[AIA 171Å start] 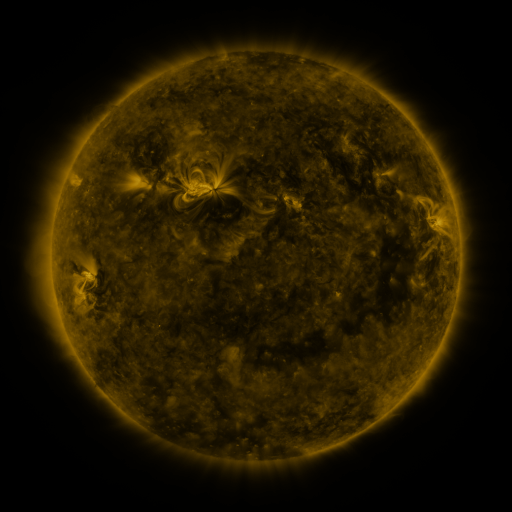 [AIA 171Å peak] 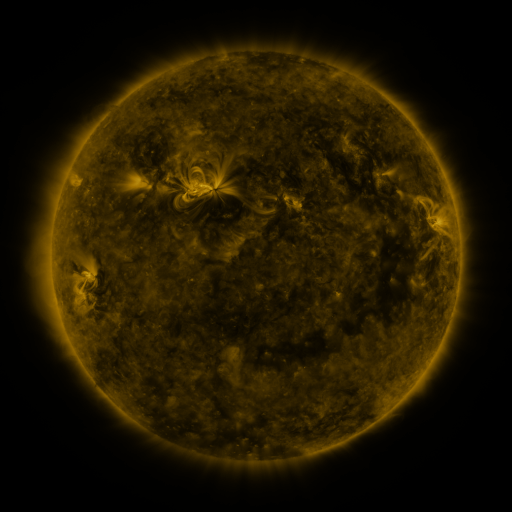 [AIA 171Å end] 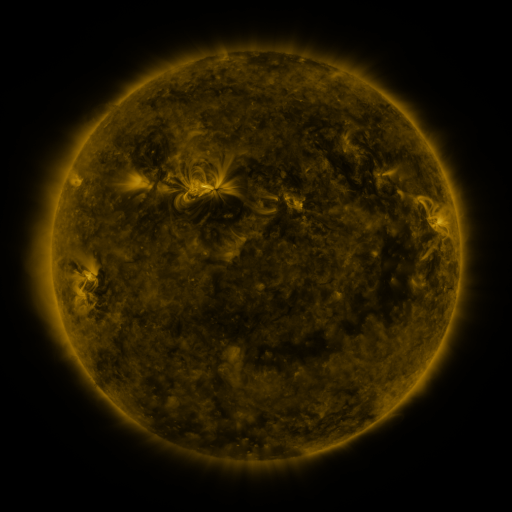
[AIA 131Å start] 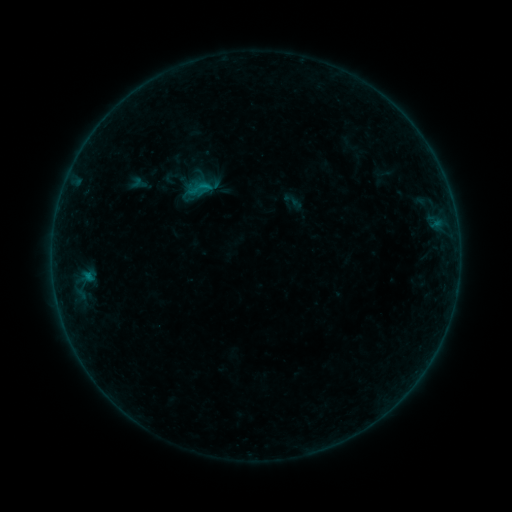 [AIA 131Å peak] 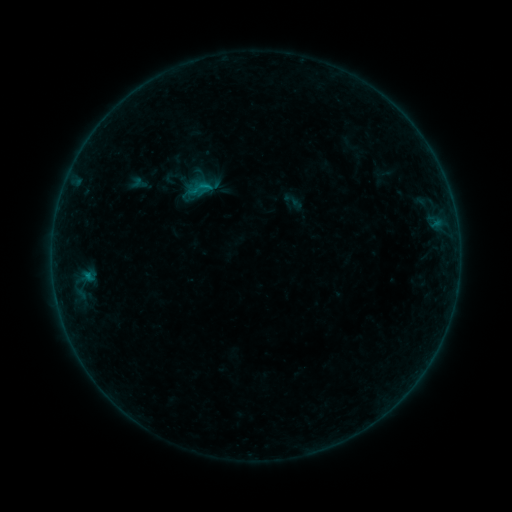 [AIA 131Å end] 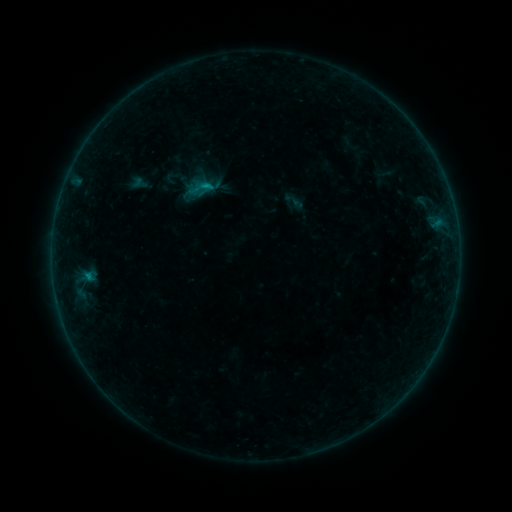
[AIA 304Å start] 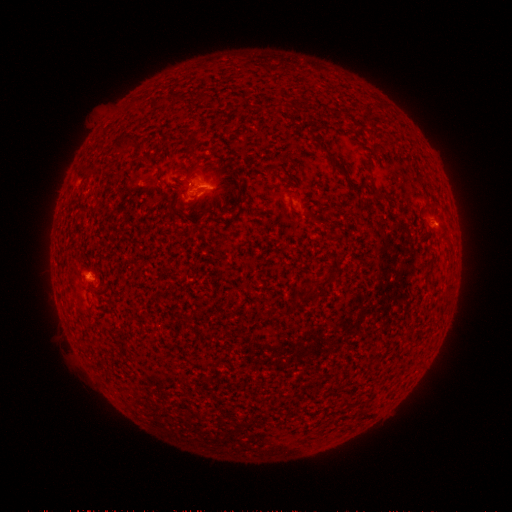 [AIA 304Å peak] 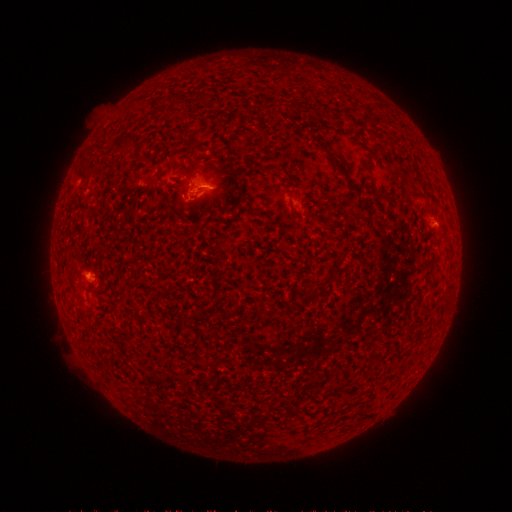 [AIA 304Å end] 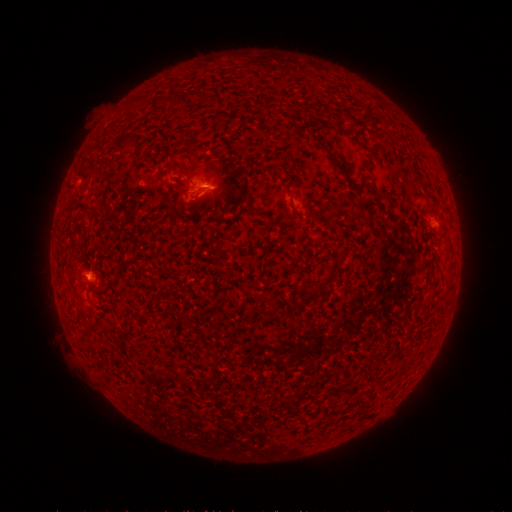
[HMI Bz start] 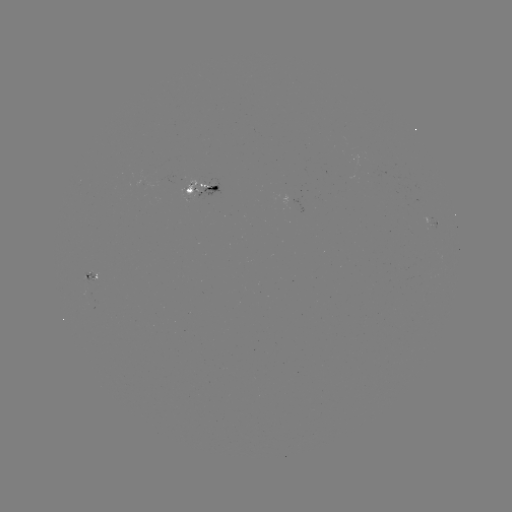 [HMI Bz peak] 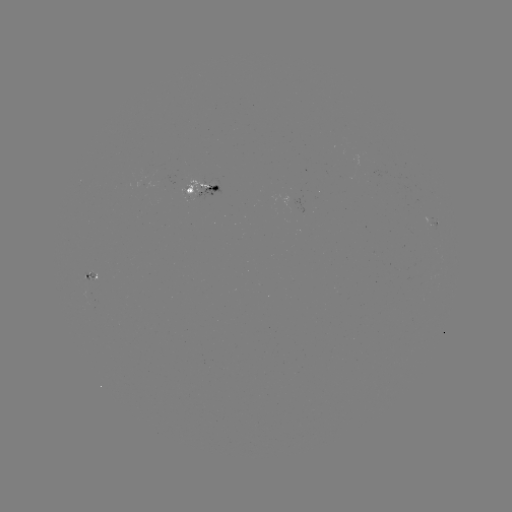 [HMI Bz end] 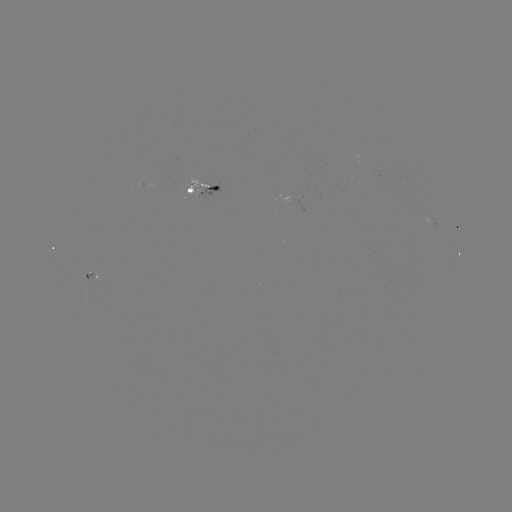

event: flare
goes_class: B6.6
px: (211, 187)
